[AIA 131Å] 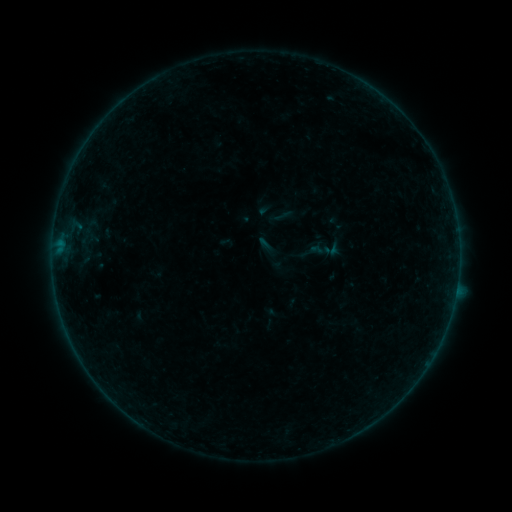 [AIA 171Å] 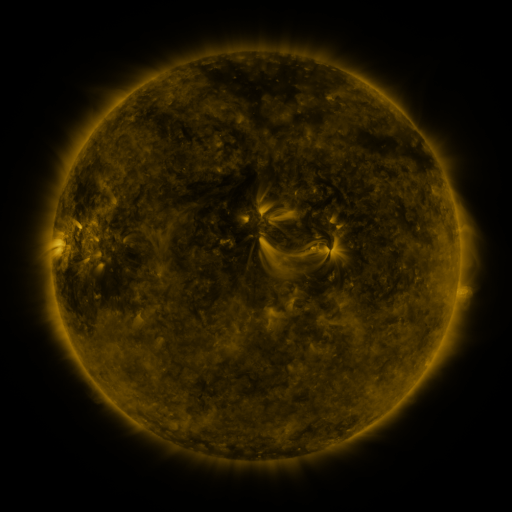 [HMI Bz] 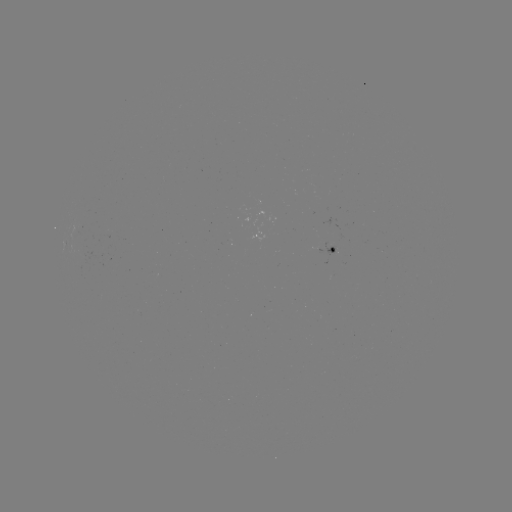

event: sigmoid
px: (282, 216)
